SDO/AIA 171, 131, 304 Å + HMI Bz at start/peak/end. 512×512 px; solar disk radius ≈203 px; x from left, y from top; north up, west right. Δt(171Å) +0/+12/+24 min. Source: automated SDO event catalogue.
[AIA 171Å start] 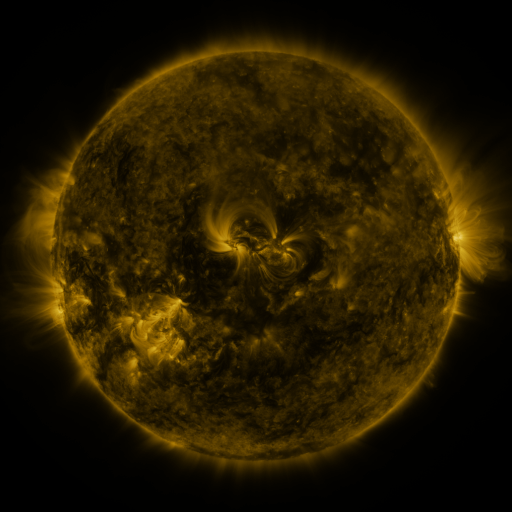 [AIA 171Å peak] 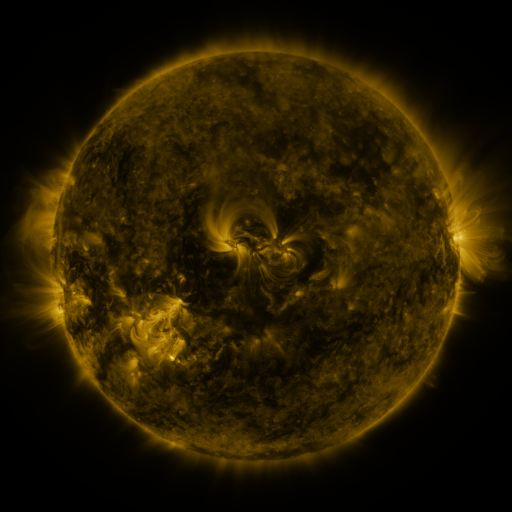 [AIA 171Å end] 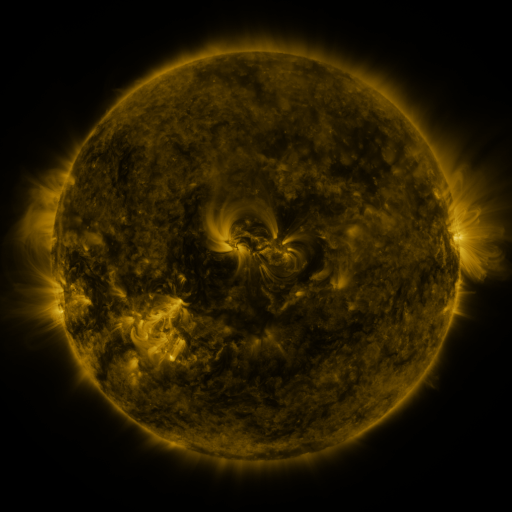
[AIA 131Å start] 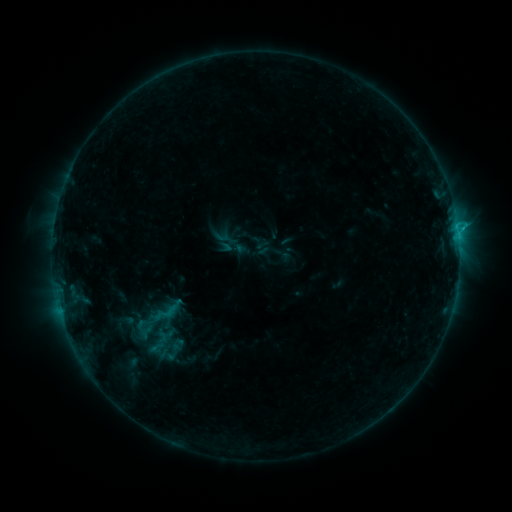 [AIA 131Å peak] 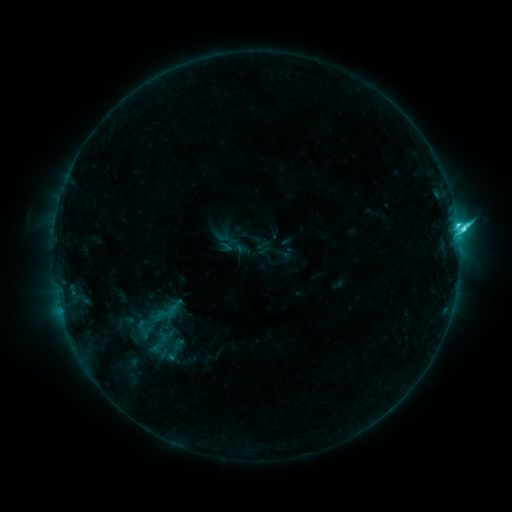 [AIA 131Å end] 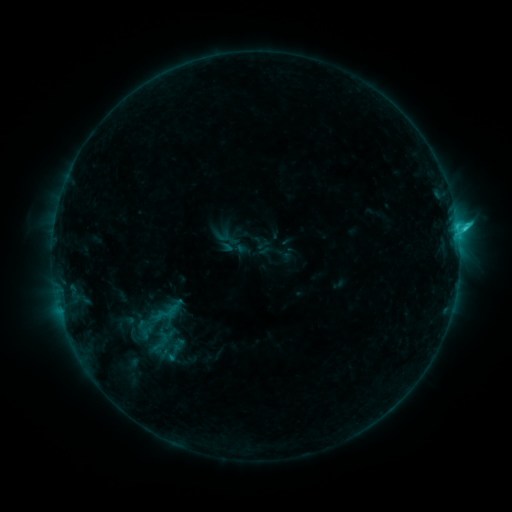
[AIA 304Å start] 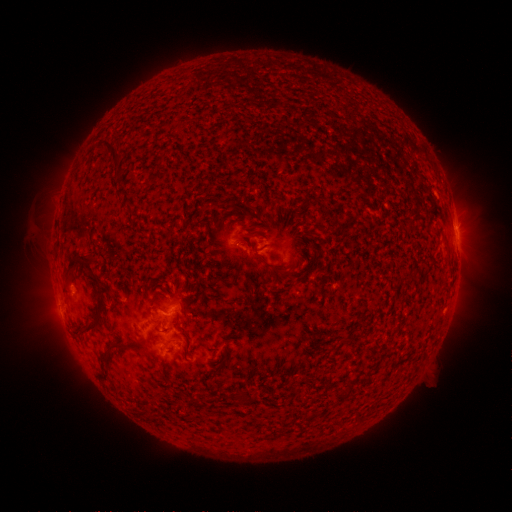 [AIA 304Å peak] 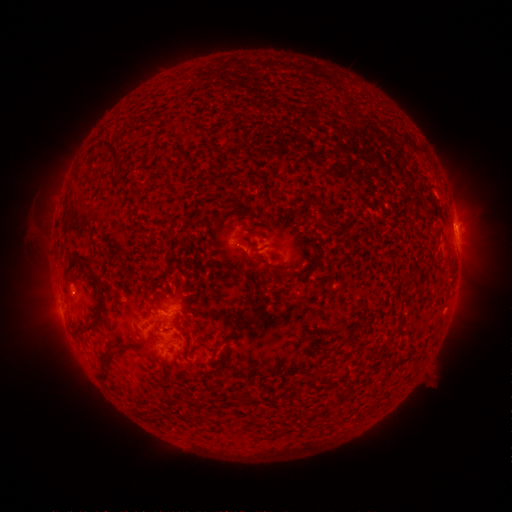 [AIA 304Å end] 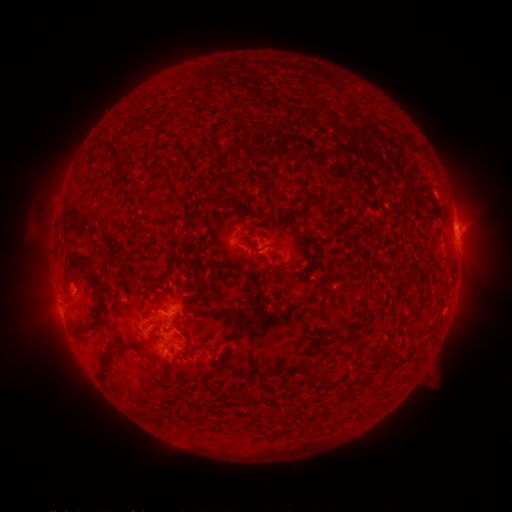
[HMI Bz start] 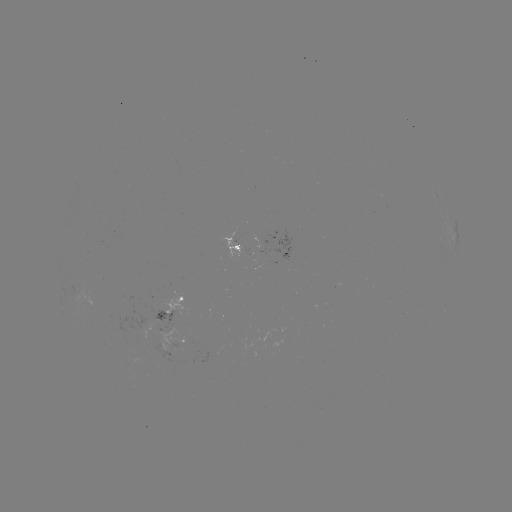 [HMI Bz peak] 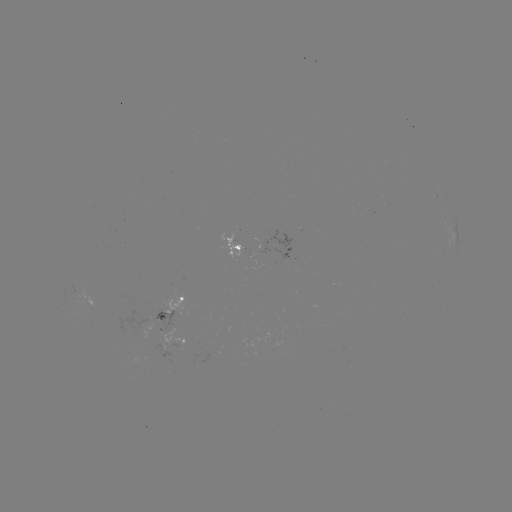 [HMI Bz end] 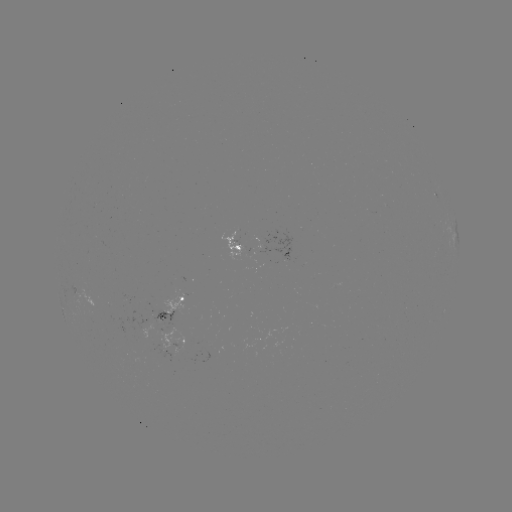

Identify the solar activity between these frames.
C3.7 flare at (455, 229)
